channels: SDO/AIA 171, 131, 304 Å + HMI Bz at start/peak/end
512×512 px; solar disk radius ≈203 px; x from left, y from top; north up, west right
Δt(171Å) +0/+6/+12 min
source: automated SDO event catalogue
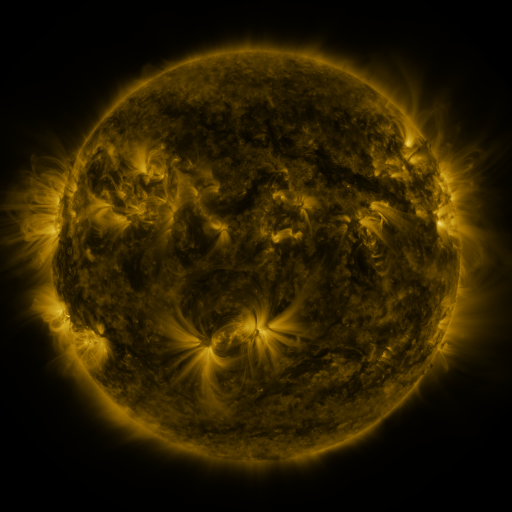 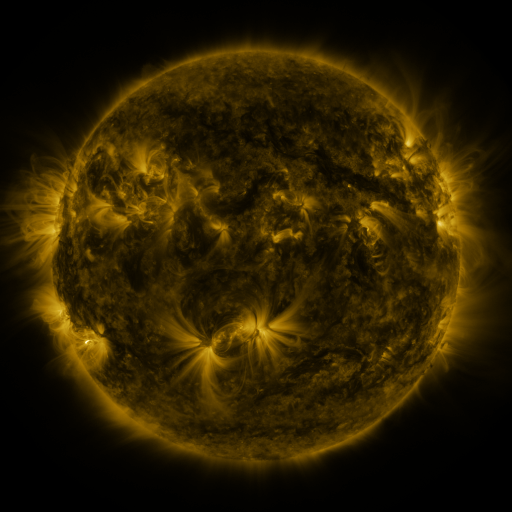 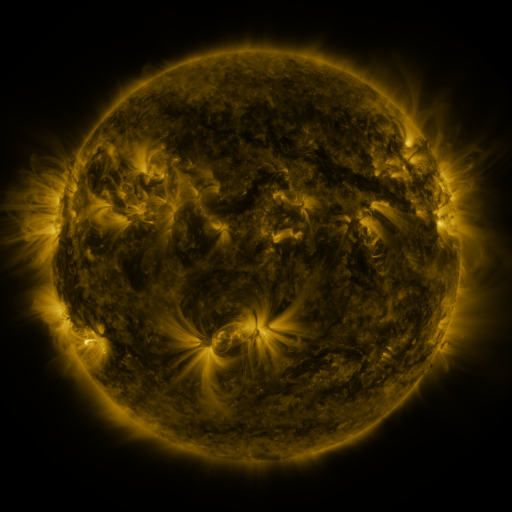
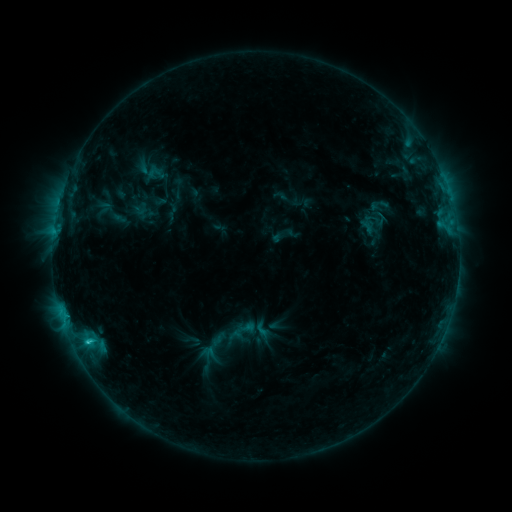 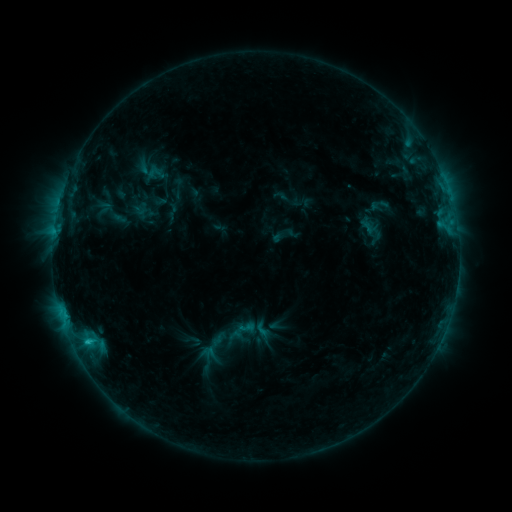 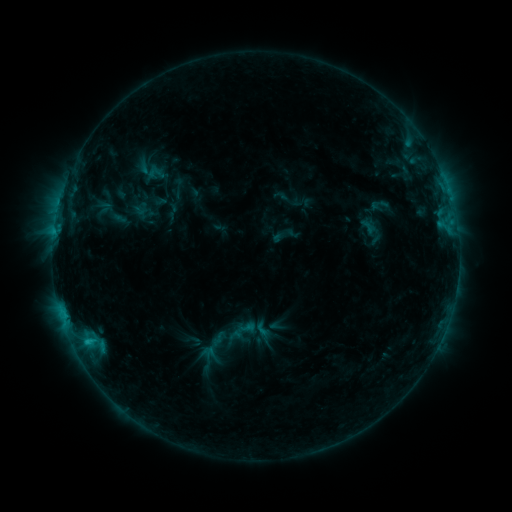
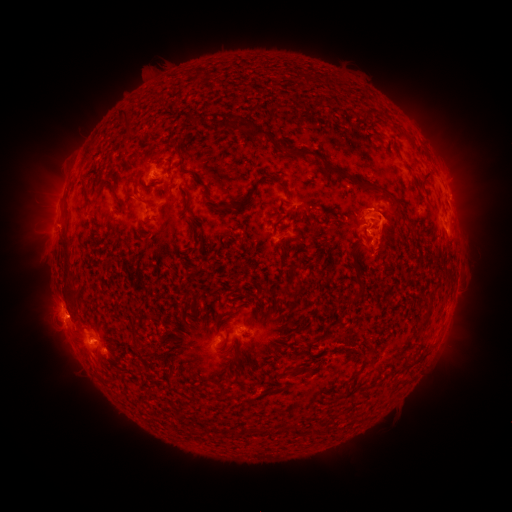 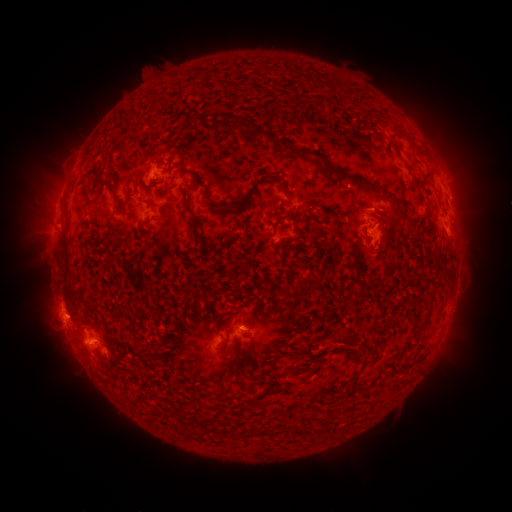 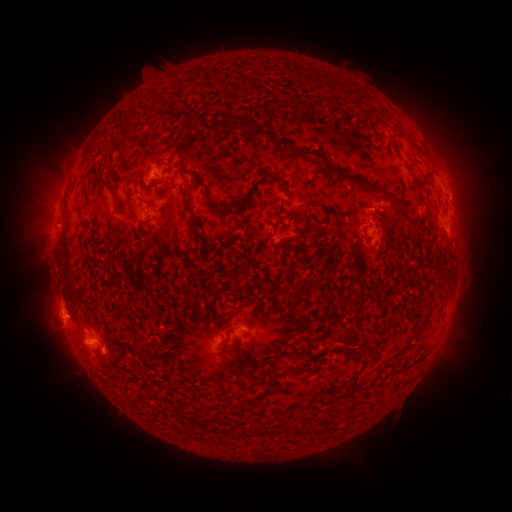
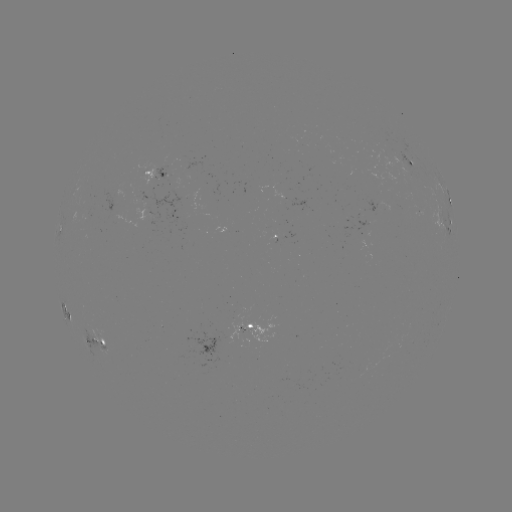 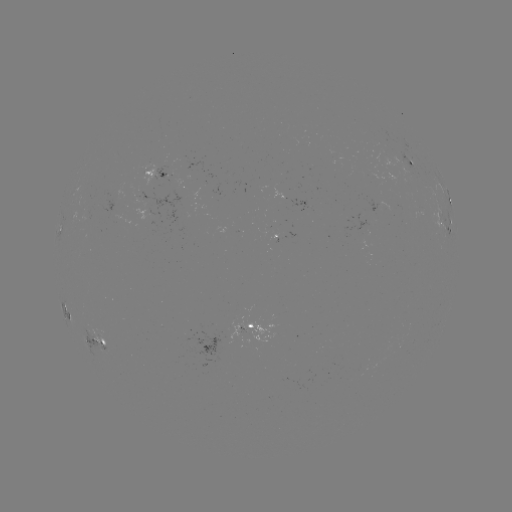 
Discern eruption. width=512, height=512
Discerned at (389, 229).